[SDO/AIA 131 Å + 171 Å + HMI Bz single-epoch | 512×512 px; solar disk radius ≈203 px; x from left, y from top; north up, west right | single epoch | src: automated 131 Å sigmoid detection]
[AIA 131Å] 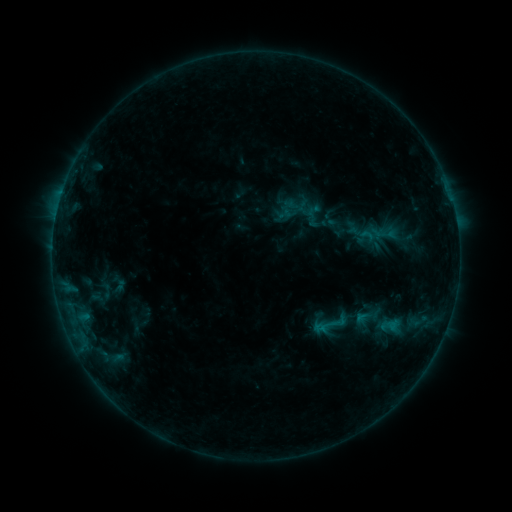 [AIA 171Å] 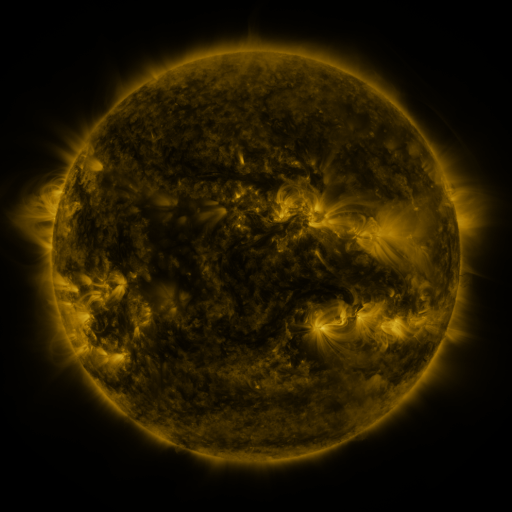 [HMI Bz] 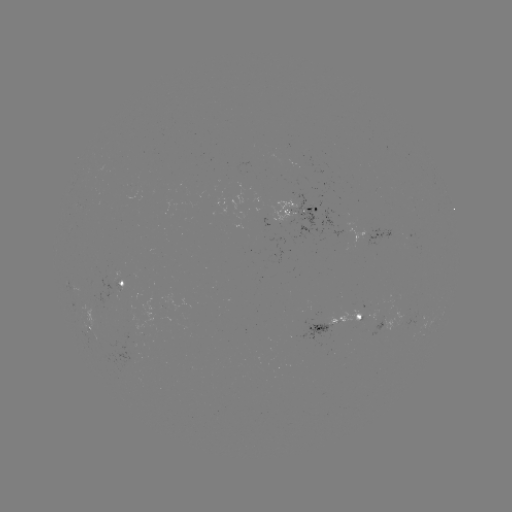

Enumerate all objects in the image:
sigmoid: (313, 211)
sigmoid: (367, 319)
